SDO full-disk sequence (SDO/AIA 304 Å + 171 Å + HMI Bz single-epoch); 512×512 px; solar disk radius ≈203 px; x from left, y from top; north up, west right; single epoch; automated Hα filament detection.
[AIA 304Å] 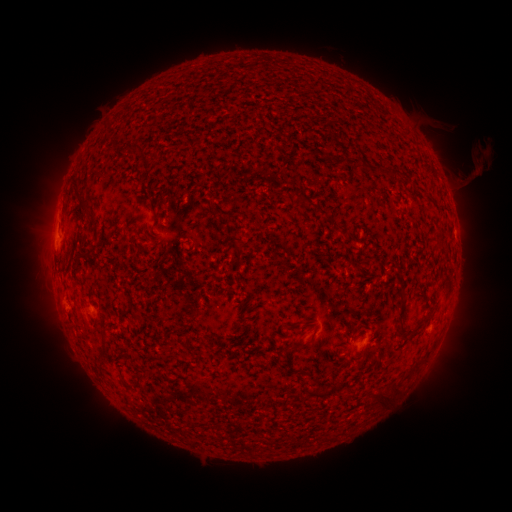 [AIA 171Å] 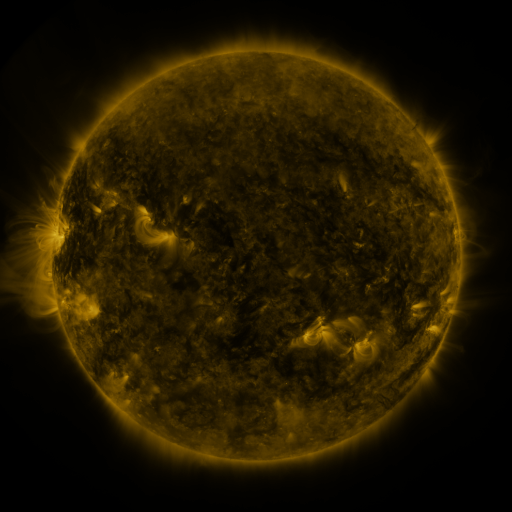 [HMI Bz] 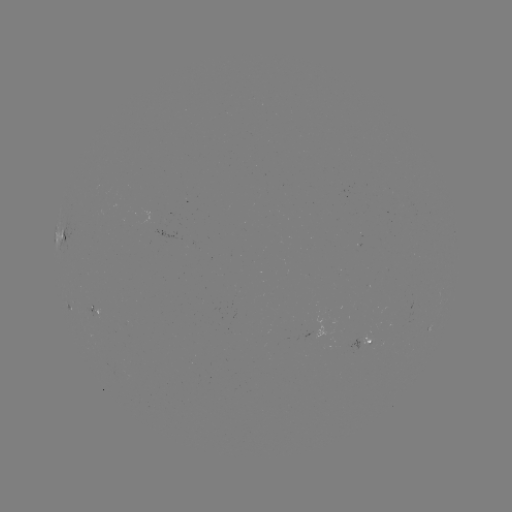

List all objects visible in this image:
filament: (140, 162)
filament: (390, 171)
filament: (311, 203)
filament: (81, 206)
filament: (154, 216)
filament: (223, 217)
filament: (344, 229)
filament: (439, 239)
filament: (238, 251)
filament: (88, 256)
filament: (244, 306)
filament: (402, 310)
filament: (428, 316)
filament: (136, 317)
filament: (297, 323)
filament: (416, 331)
filament: (302, 344)
filament: (106, 347)
filament: (418, 365)
filament: (309, 378)
filament: (323, 391)
filament: (390, 395)
